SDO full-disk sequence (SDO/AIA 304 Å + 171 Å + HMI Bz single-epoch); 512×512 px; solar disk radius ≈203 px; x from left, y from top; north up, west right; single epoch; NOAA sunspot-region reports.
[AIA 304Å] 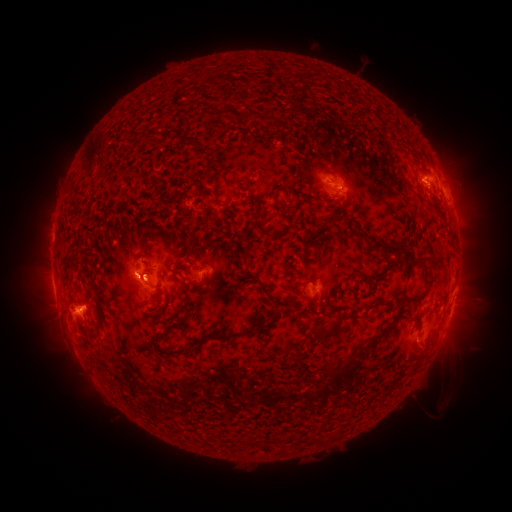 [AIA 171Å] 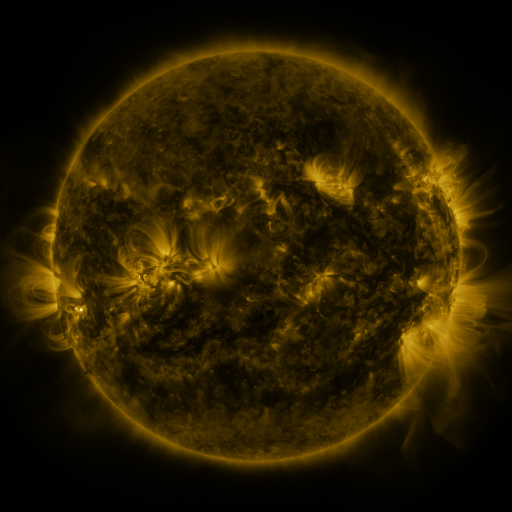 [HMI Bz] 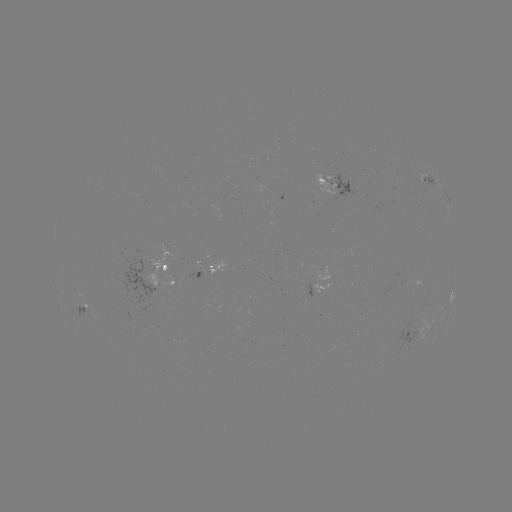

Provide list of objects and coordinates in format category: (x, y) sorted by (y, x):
spotted active region: (332, 180)
spotted active region: (430, 180)
spotted active region: (164, 265)
spotted active region: (210, 270)
spotted active region: (319, 288)
spotted active region: (452, 294)
spotted active region: (83, 311)
spotted active region: (451, 311)
spotted active region: (416, 333)
